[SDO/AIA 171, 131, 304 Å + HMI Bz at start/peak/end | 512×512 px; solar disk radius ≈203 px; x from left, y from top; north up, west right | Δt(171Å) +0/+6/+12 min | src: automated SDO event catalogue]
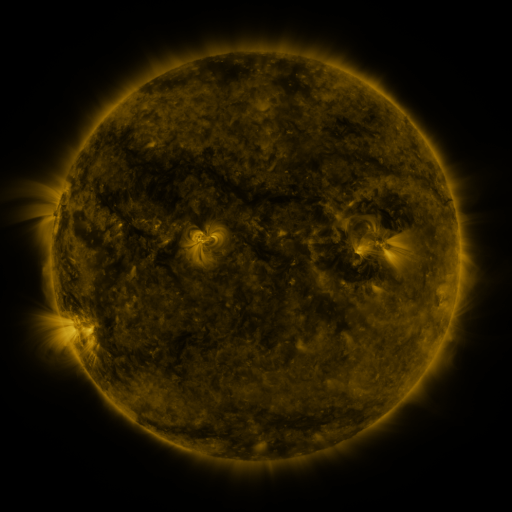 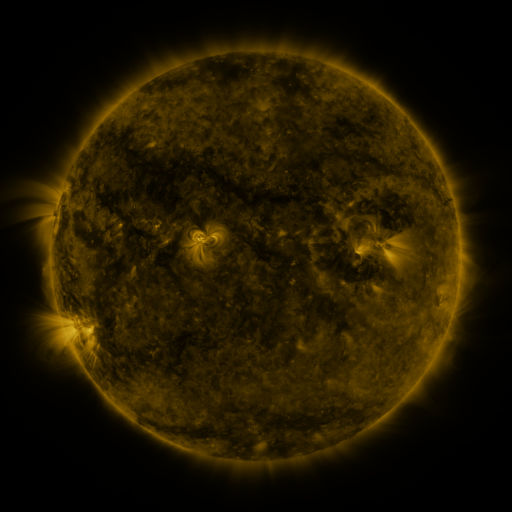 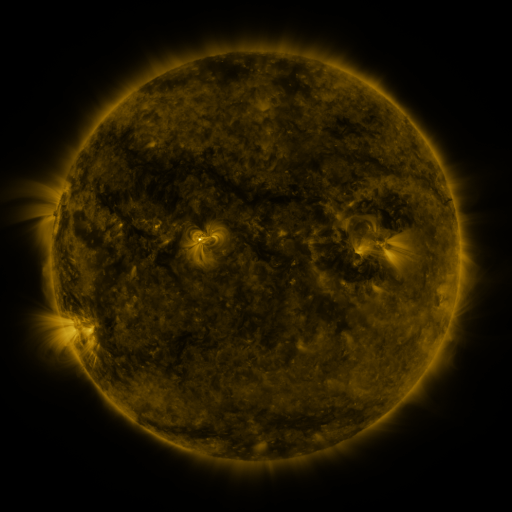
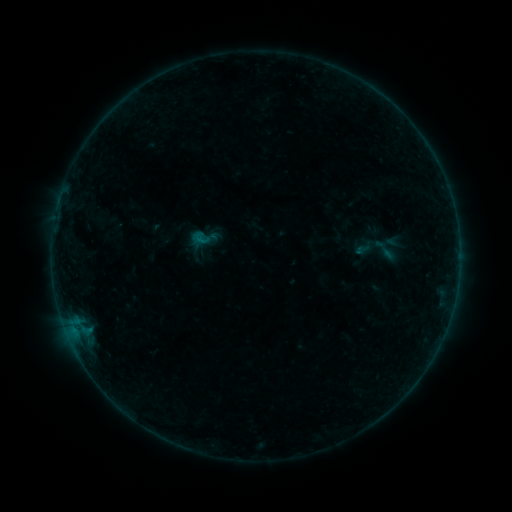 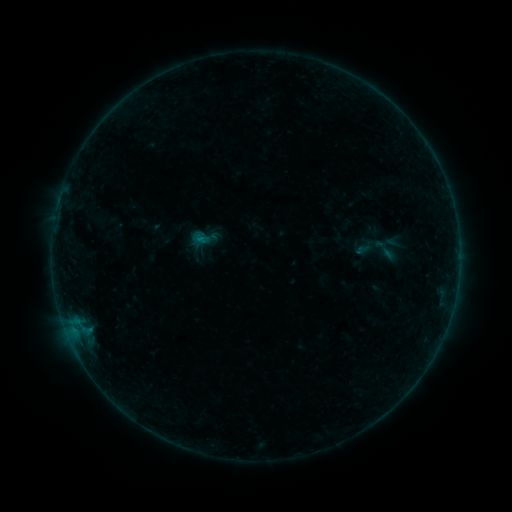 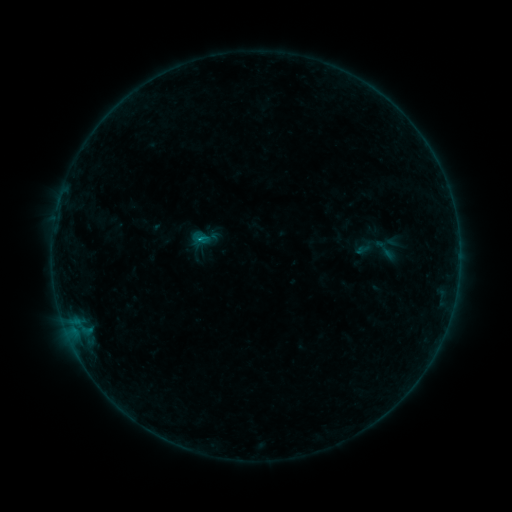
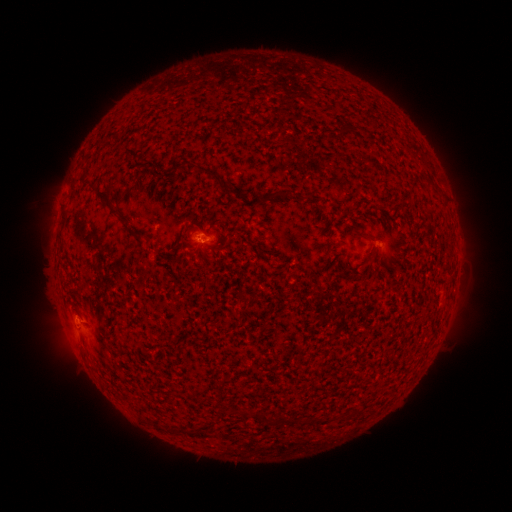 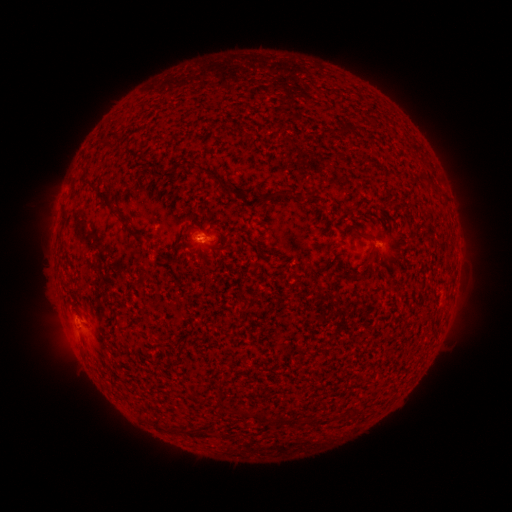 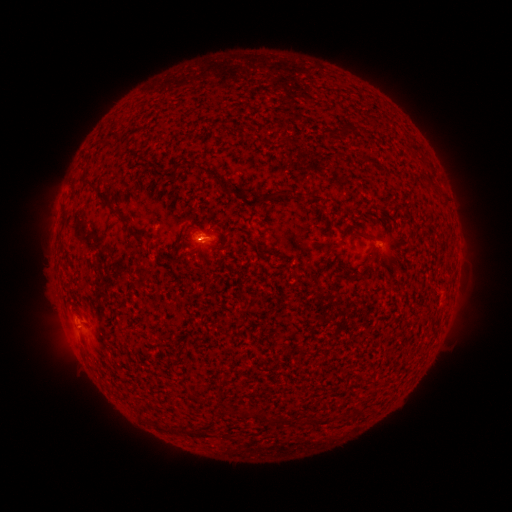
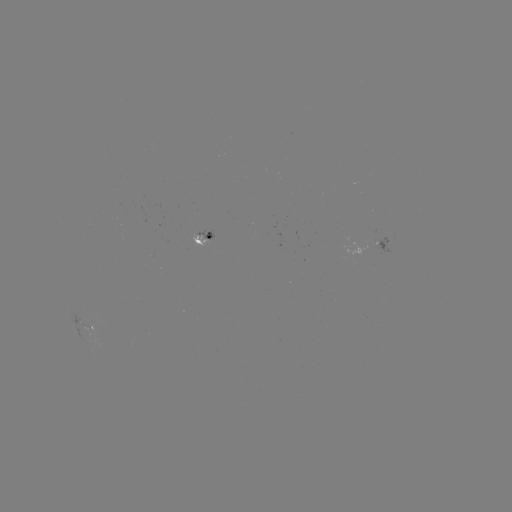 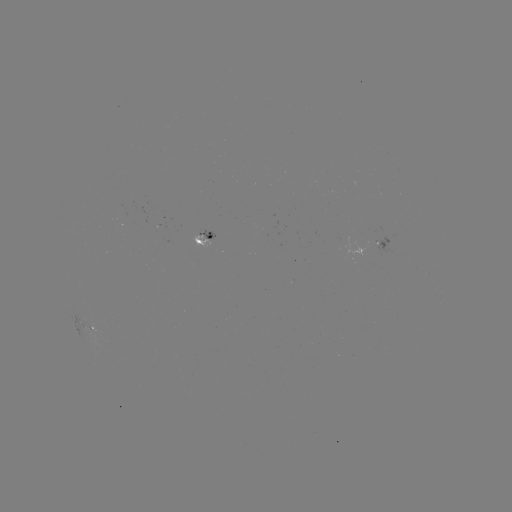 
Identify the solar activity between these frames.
B2.8 flare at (200, 240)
